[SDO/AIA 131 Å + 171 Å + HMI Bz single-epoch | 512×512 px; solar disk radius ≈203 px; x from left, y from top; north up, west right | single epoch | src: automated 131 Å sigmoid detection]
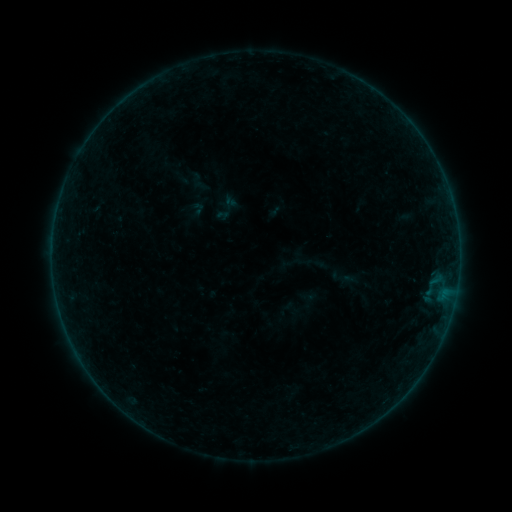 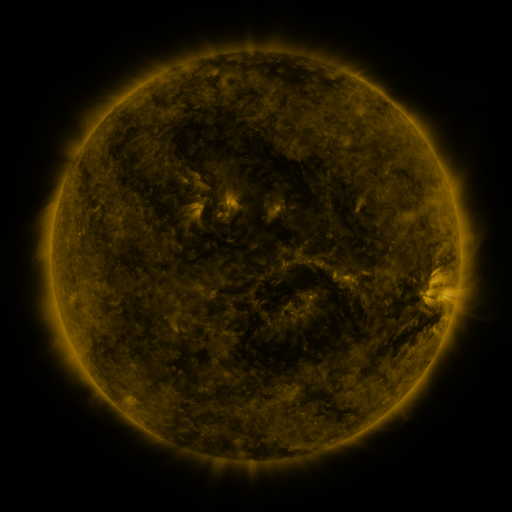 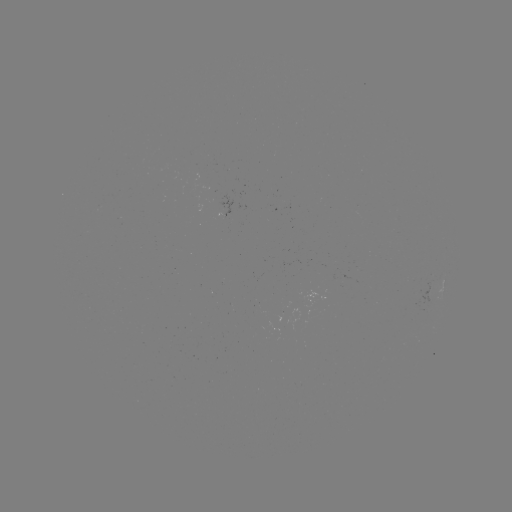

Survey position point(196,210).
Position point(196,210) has sigmoid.